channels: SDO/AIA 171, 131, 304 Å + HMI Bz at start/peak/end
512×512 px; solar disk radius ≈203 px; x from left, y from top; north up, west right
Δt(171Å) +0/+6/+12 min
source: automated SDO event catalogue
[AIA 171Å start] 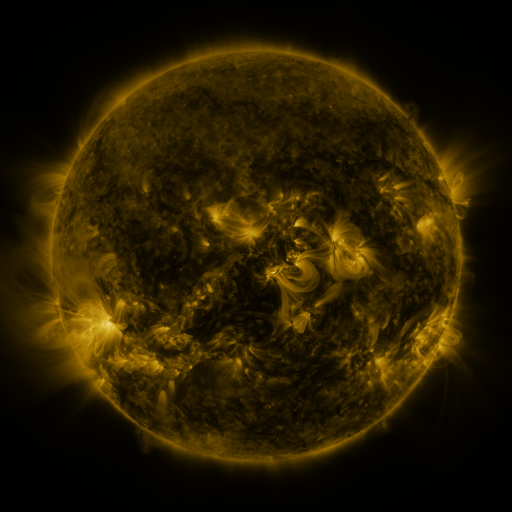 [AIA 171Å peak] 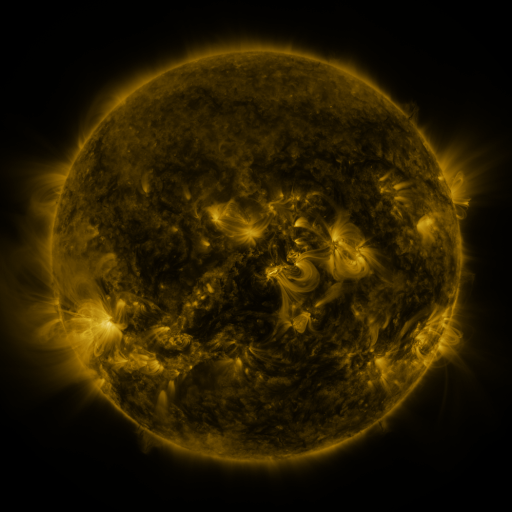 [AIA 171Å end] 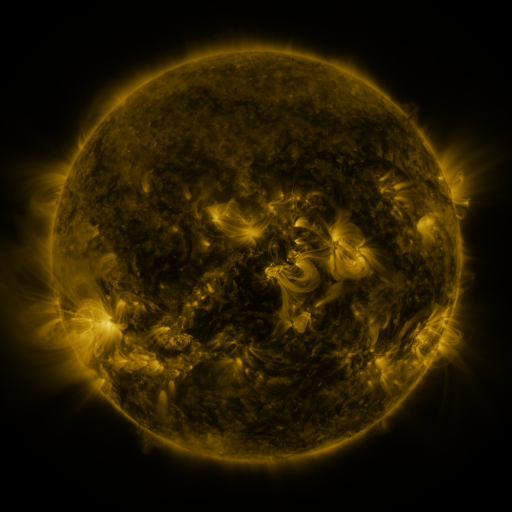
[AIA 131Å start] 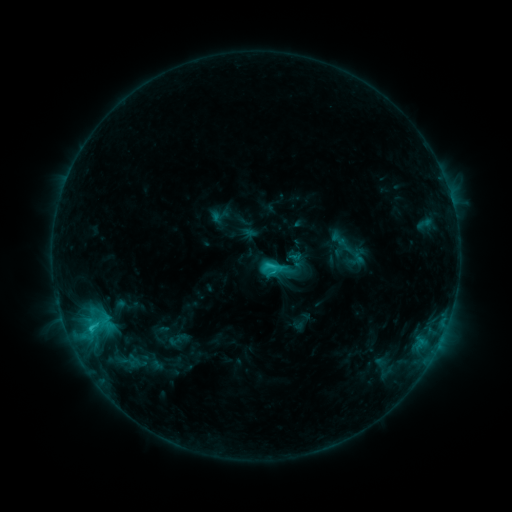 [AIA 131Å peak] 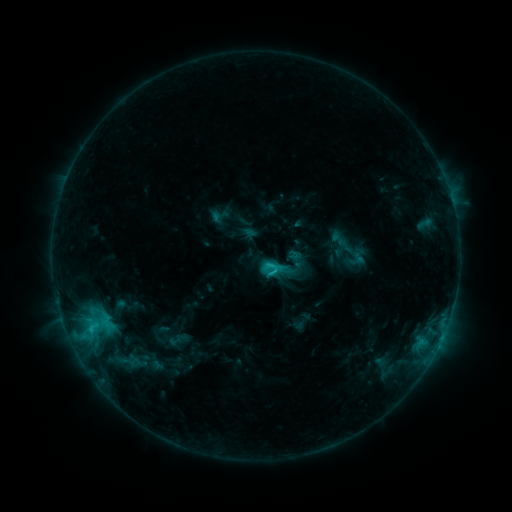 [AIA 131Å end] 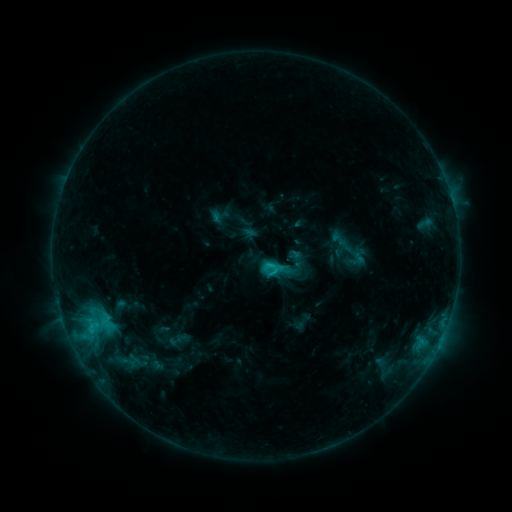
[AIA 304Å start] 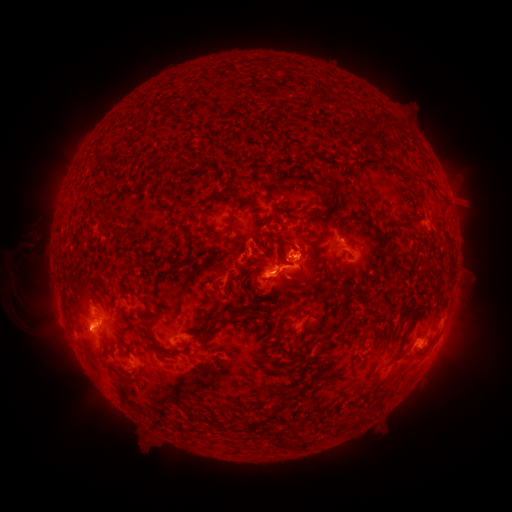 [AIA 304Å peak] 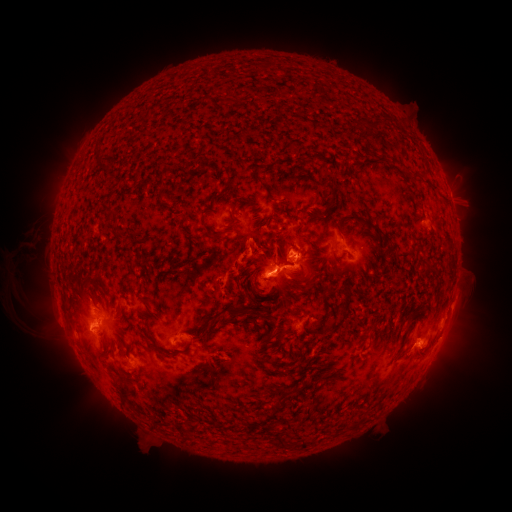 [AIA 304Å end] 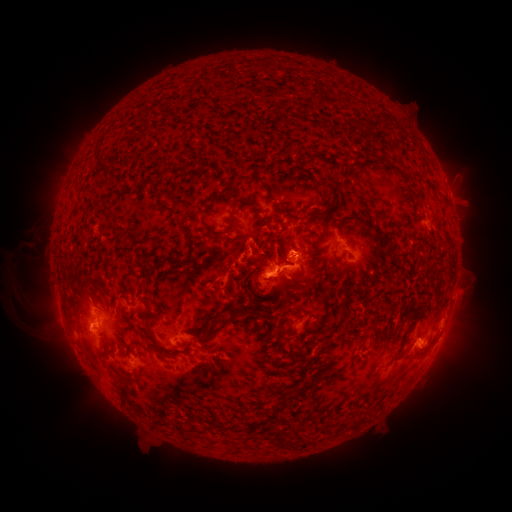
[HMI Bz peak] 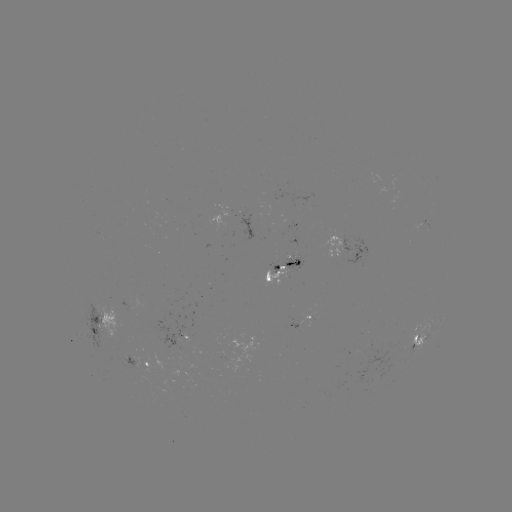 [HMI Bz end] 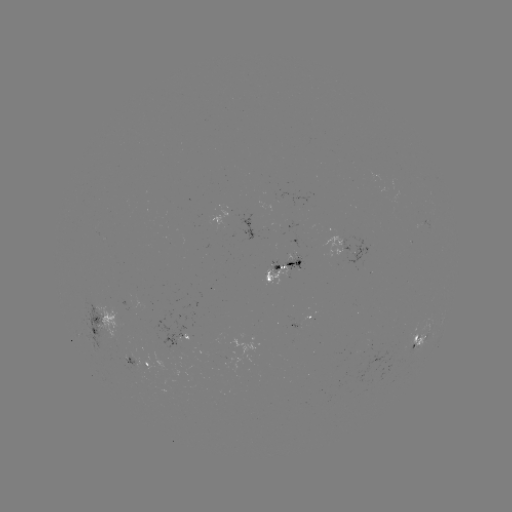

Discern eruption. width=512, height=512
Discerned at (462, 302).